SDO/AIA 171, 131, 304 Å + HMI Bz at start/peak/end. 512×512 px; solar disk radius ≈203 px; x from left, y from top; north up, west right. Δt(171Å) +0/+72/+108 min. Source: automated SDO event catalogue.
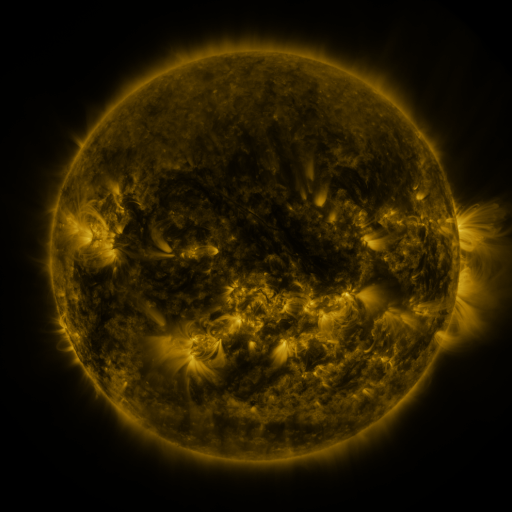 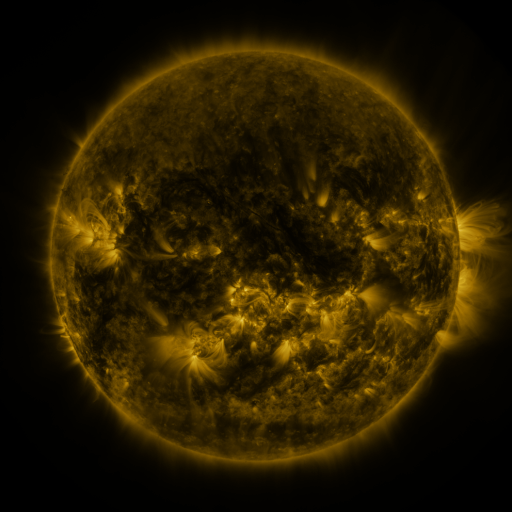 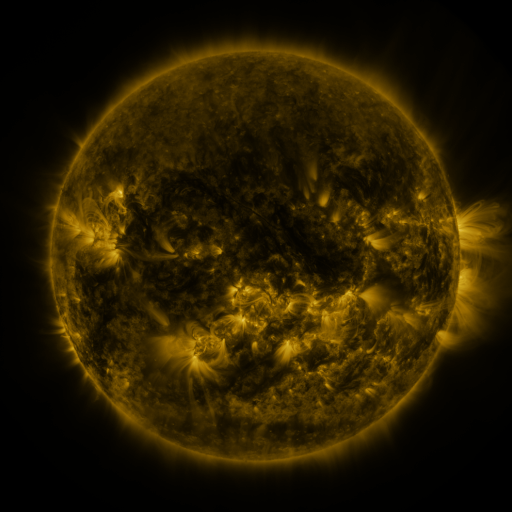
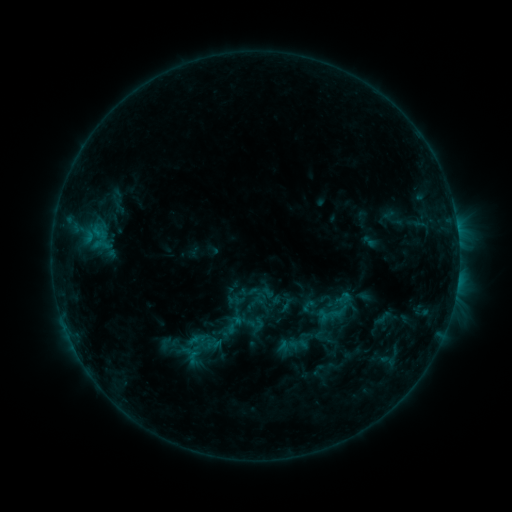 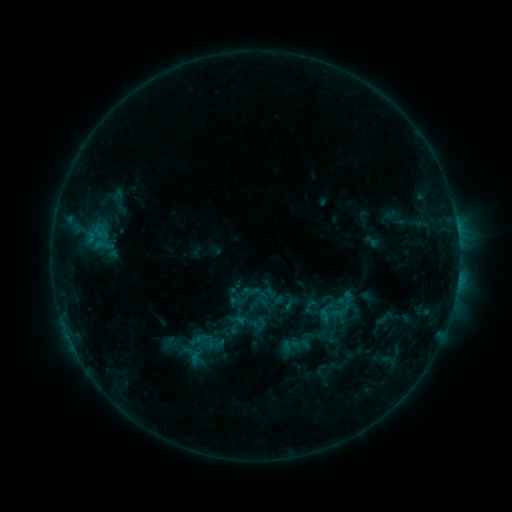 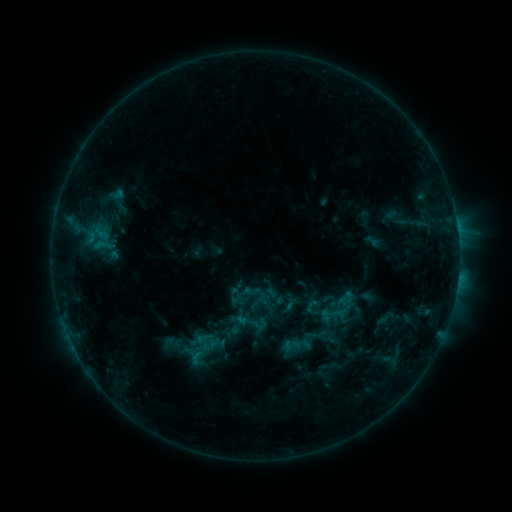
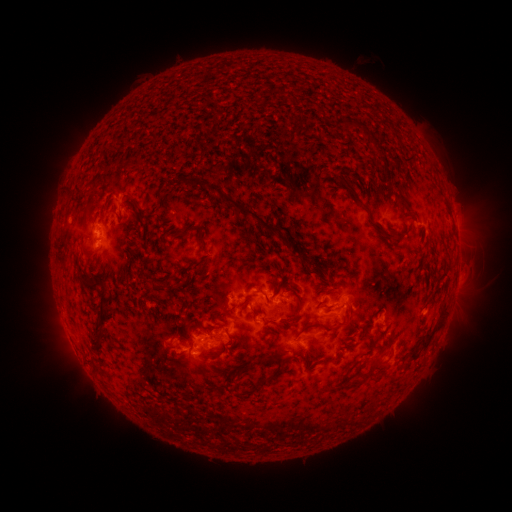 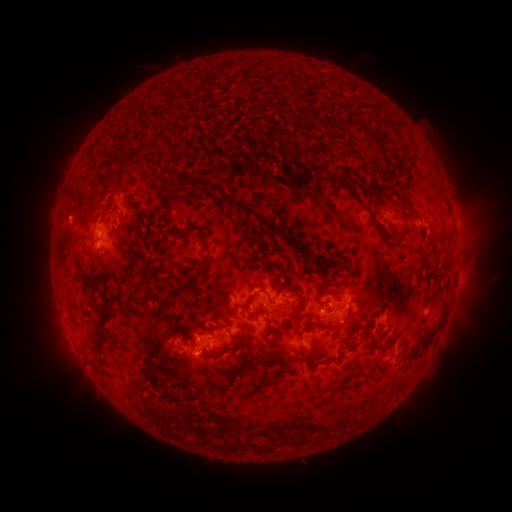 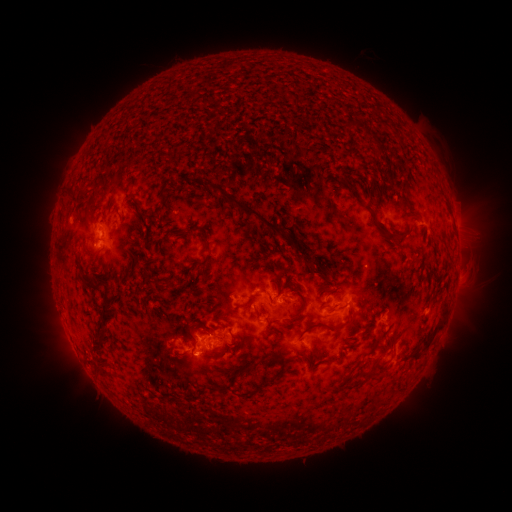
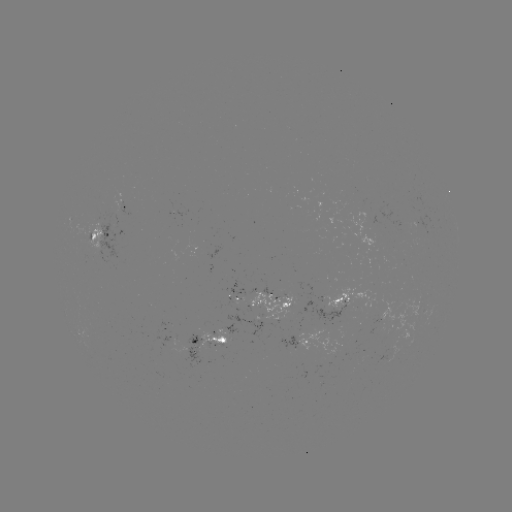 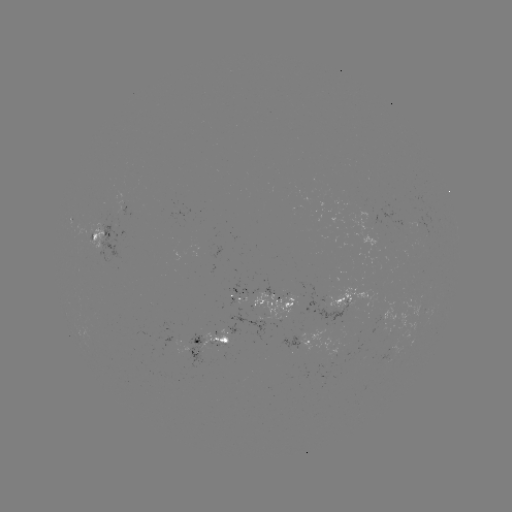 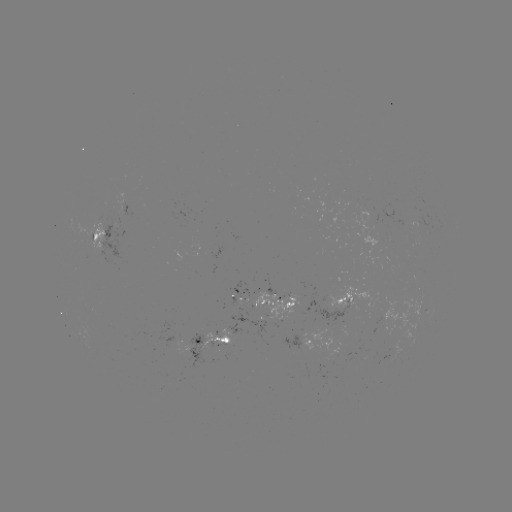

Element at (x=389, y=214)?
emerging-flux region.